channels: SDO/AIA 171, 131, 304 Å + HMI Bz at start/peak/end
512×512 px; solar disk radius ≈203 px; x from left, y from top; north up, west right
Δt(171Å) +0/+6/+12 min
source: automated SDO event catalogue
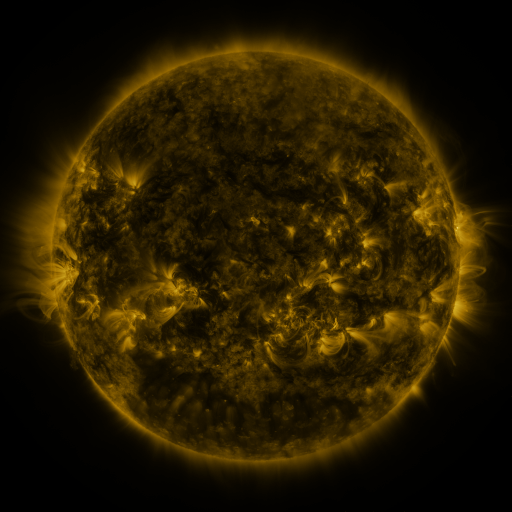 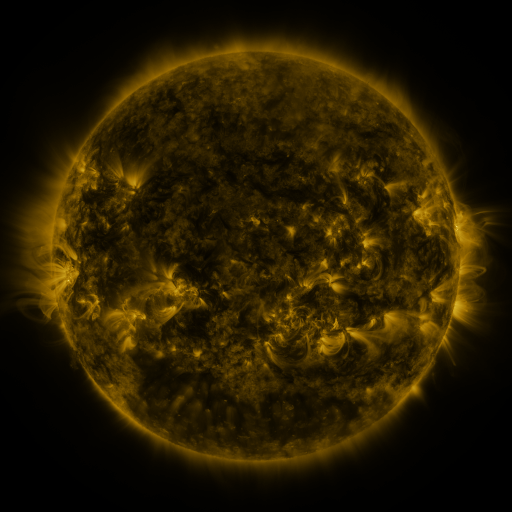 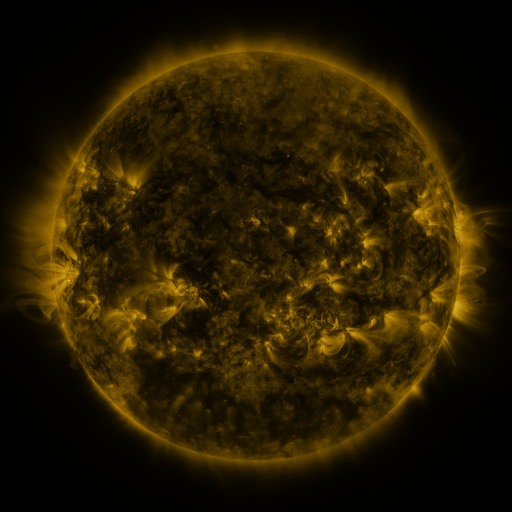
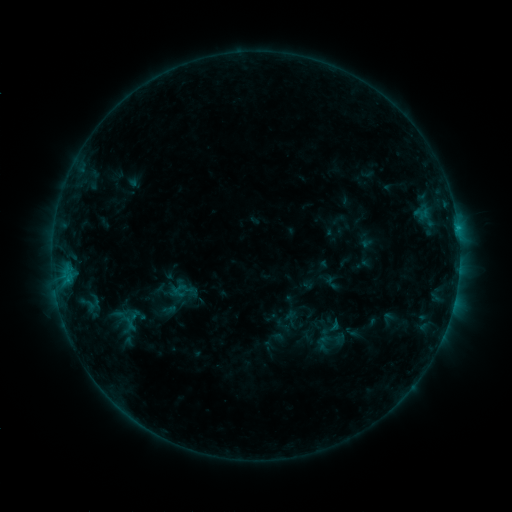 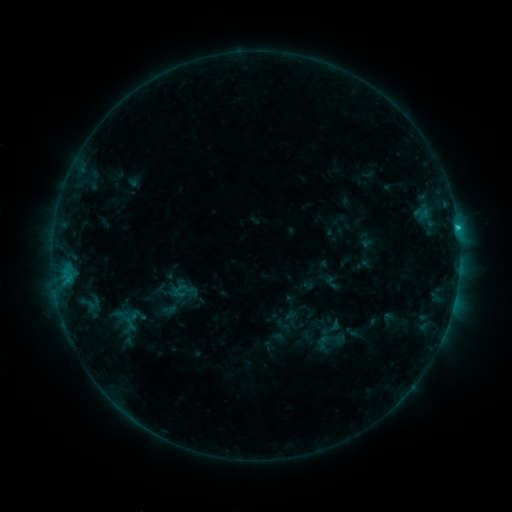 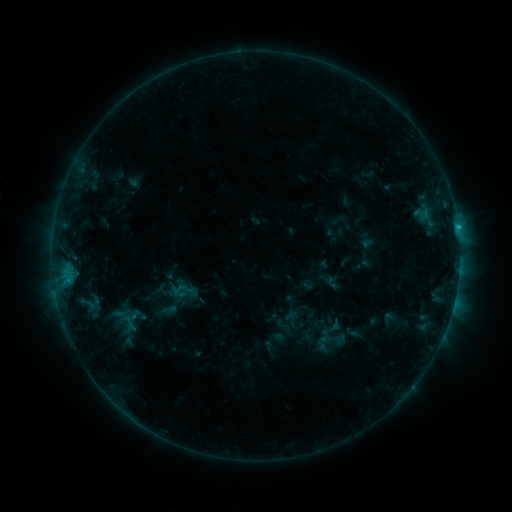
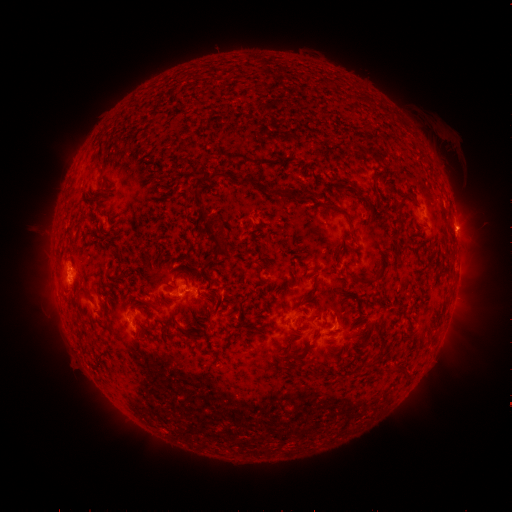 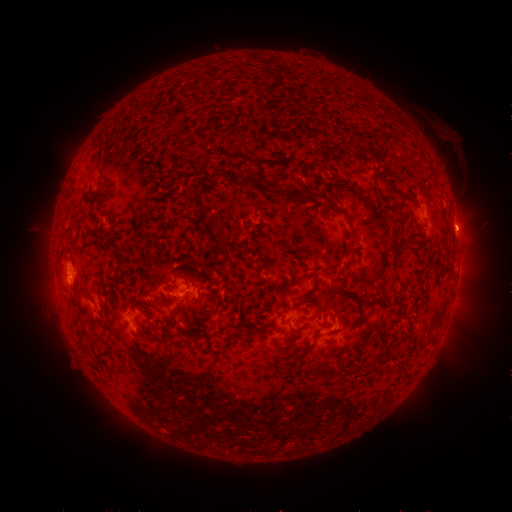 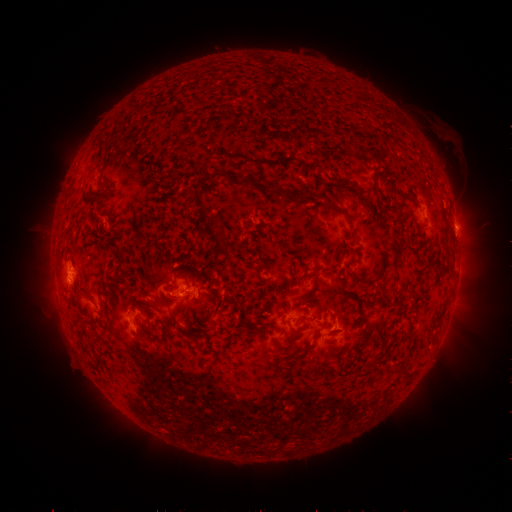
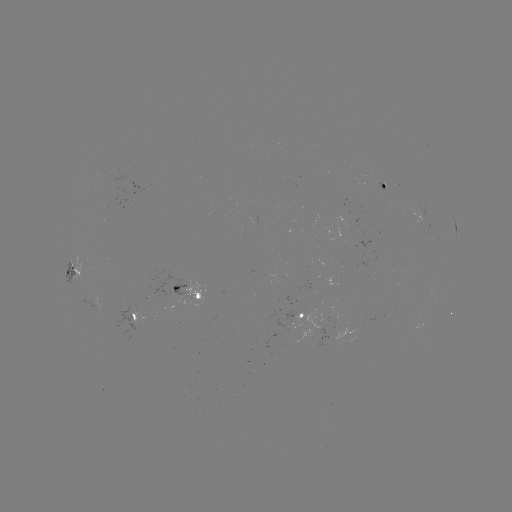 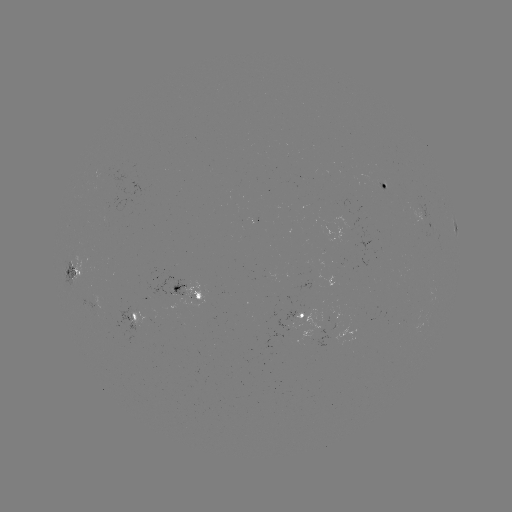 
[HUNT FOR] C1.1 flare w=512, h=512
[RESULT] [457, 231]